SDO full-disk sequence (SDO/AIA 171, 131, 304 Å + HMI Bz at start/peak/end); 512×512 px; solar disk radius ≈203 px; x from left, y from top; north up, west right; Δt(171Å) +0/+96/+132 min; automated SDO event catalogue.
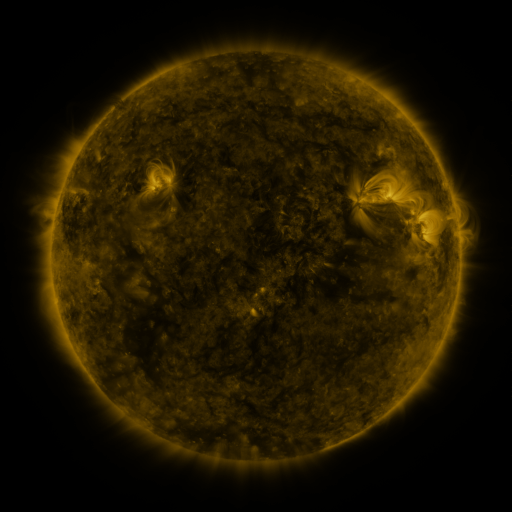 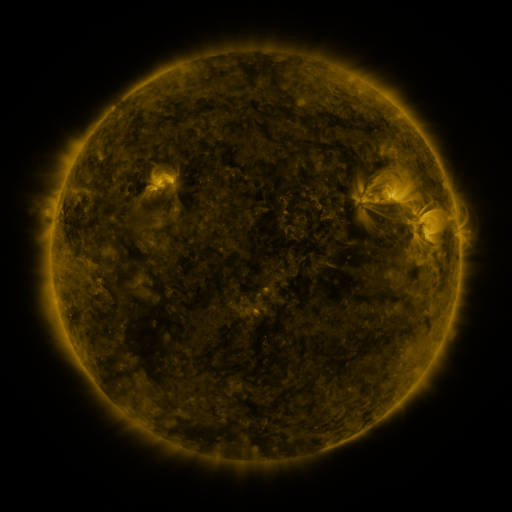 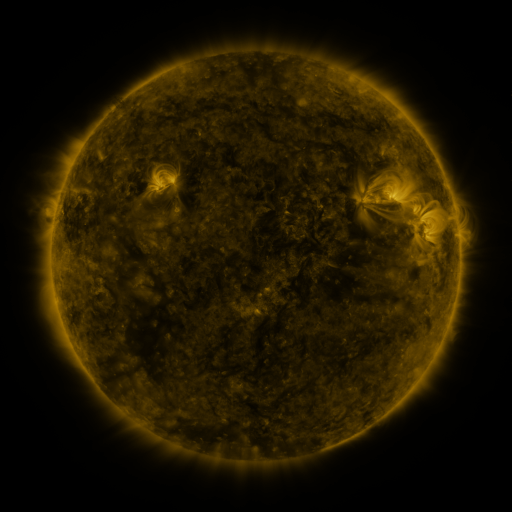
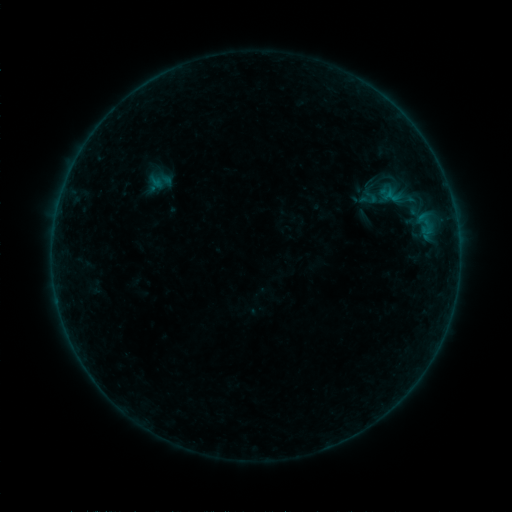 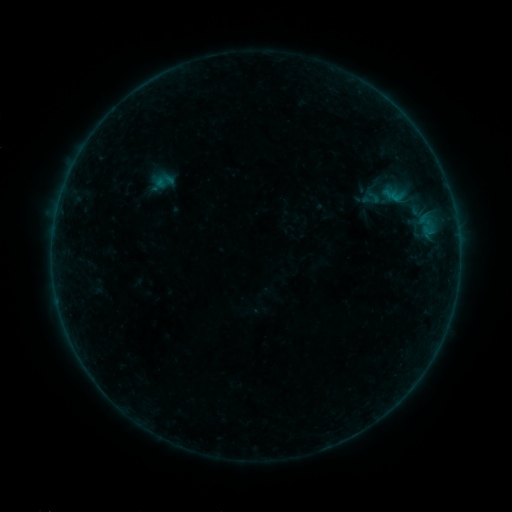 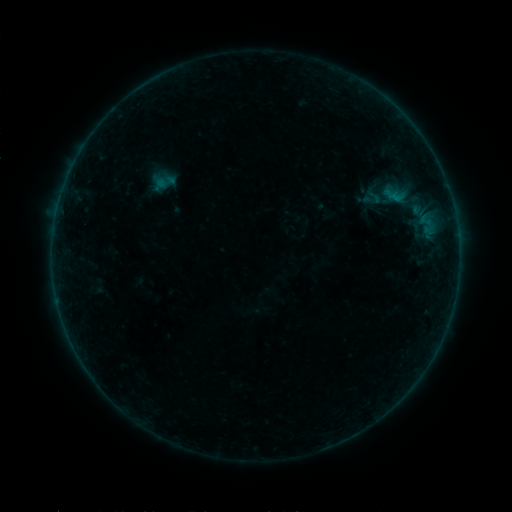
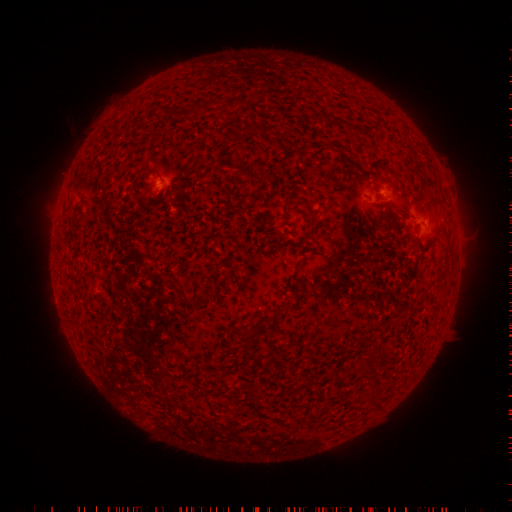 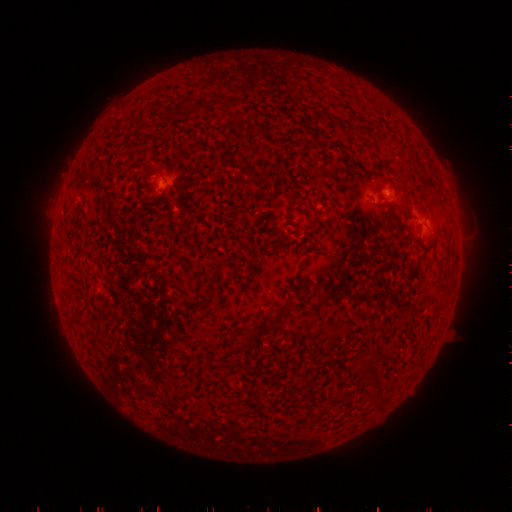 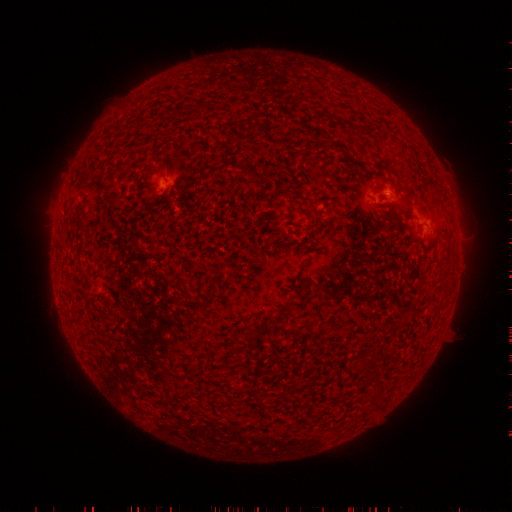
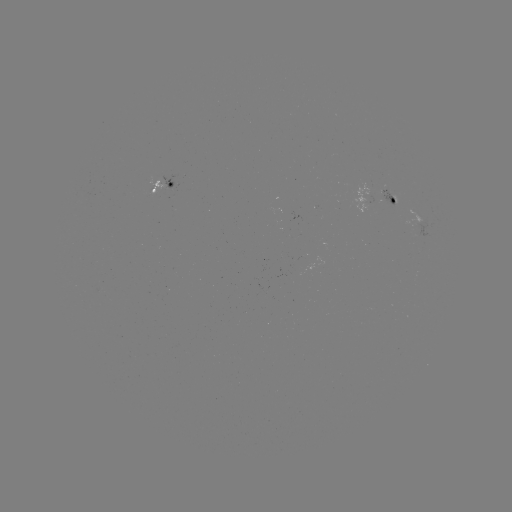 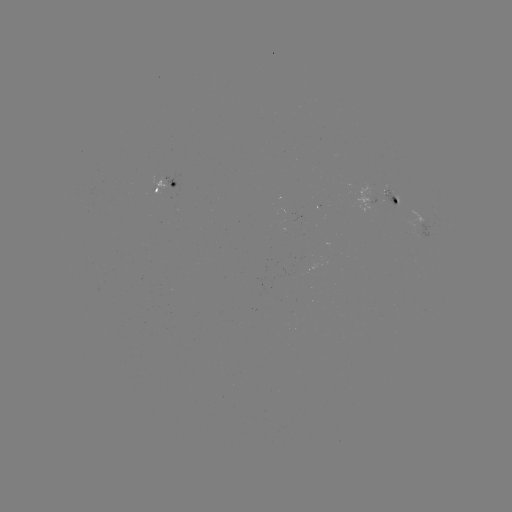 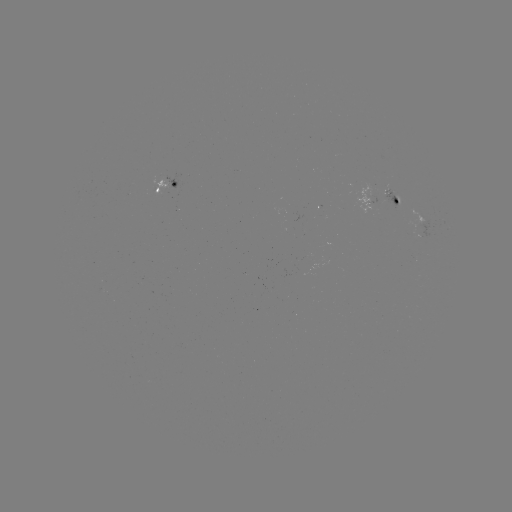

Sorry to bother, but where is emerging-flux region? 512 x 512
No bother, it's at [288, 214].